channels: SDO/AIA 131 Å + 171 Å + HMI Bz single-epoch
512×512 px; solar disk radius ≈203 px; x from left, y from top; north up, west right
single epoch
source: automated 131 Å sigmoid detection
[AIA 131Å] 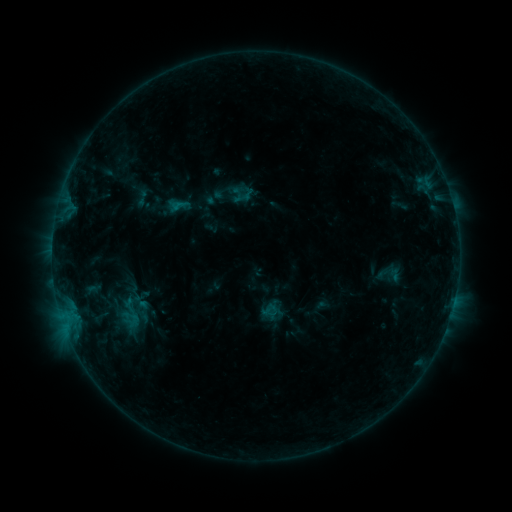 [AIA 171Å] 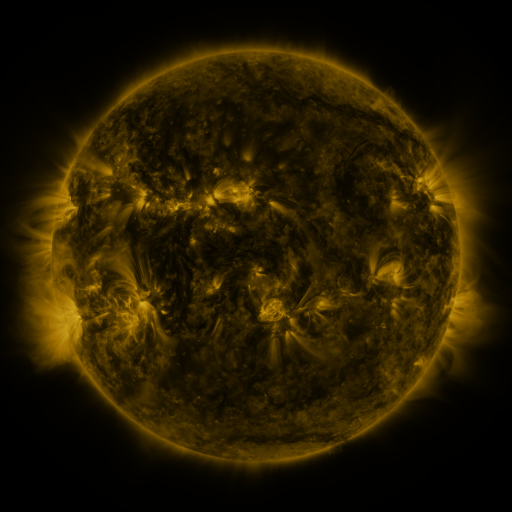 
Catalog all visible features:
sigmoid: <bbox>133, 189, 151, 207</bbox>
sigmoid: <bbox>170, 196, 188, 214</bbox>
